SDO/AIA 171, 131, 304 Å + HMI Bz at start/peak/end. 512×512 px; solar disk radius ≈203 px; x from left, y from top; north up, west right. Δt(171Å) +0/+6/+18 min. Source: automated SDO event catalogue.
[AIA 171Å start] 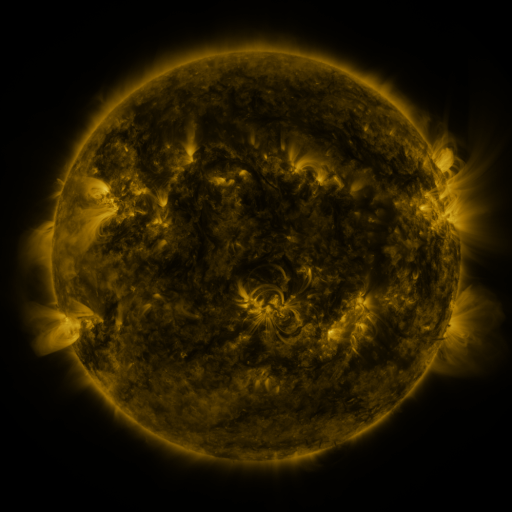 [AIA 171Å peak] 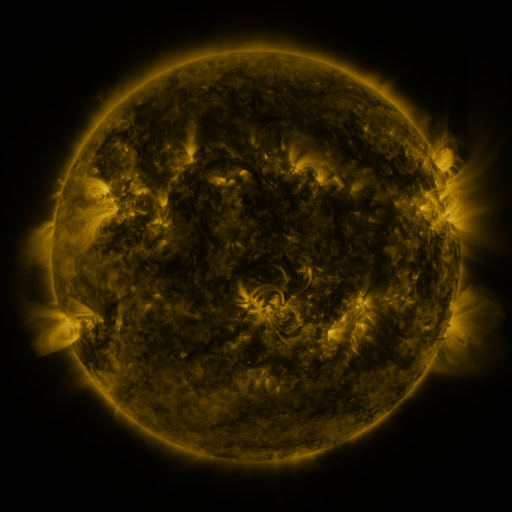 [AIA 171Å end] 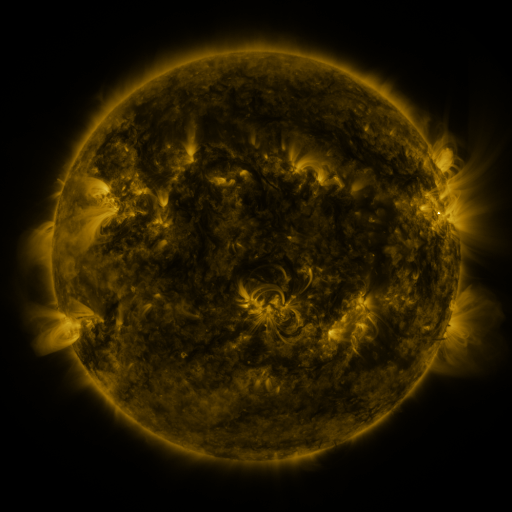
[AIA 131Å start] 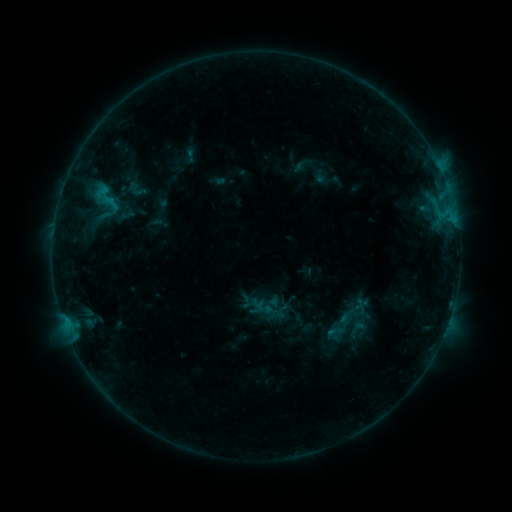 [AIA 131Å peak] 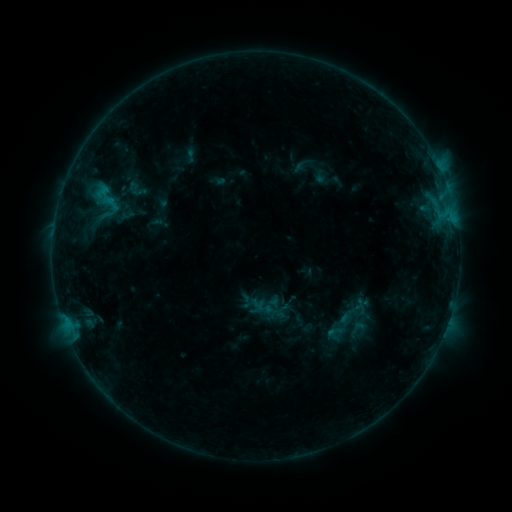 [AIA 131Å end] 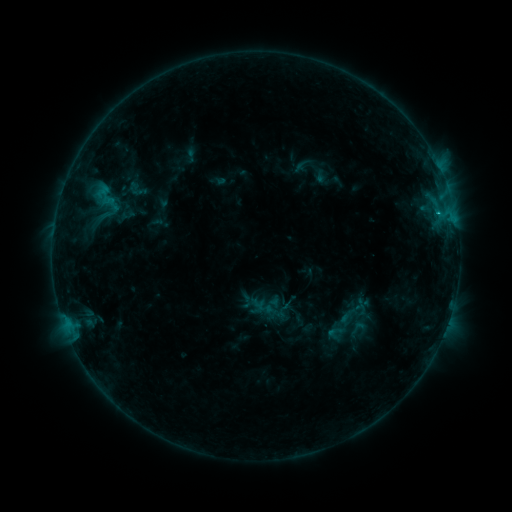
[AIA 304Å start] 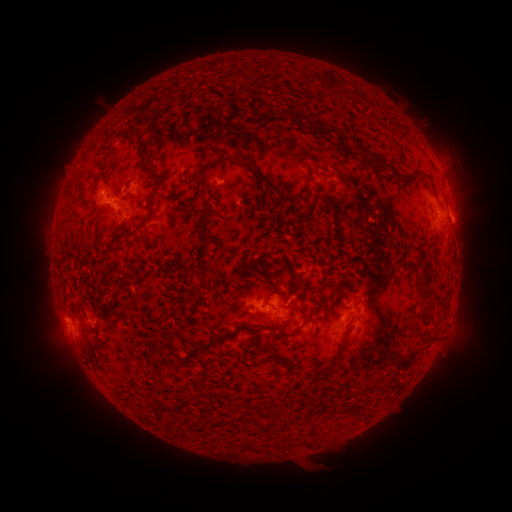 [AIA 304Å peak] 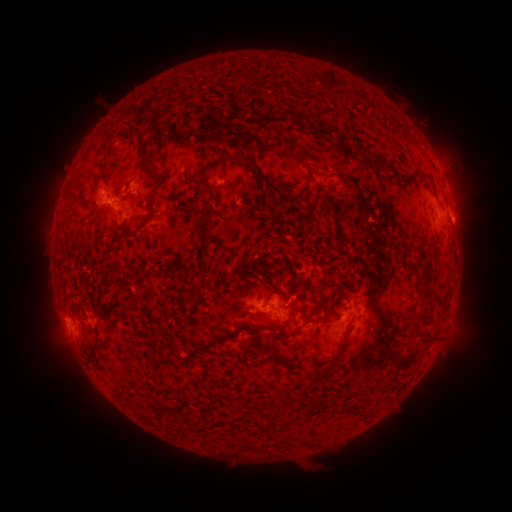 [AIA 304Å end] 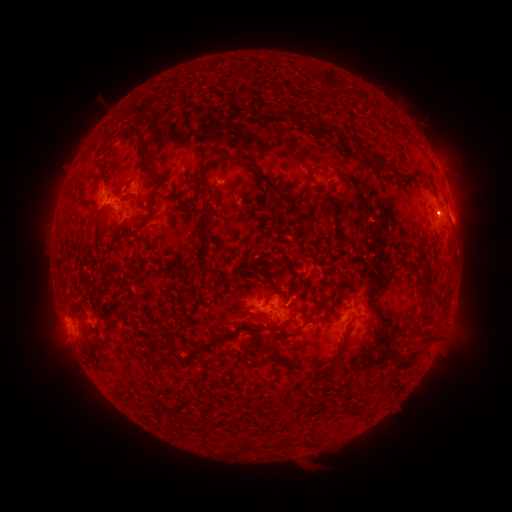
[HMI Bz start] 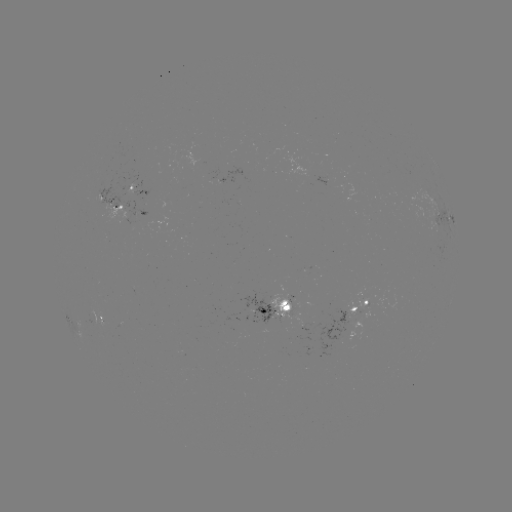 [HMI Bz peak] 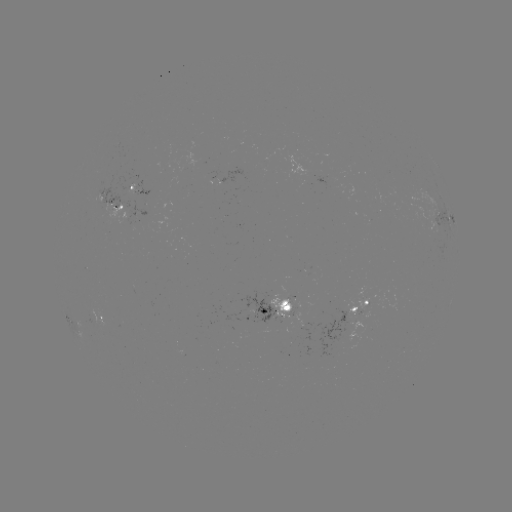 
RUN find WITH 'C1.1 flare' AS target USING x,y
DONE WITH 437,215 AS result